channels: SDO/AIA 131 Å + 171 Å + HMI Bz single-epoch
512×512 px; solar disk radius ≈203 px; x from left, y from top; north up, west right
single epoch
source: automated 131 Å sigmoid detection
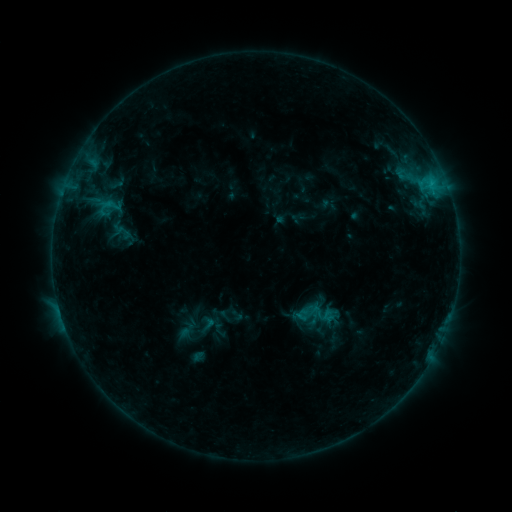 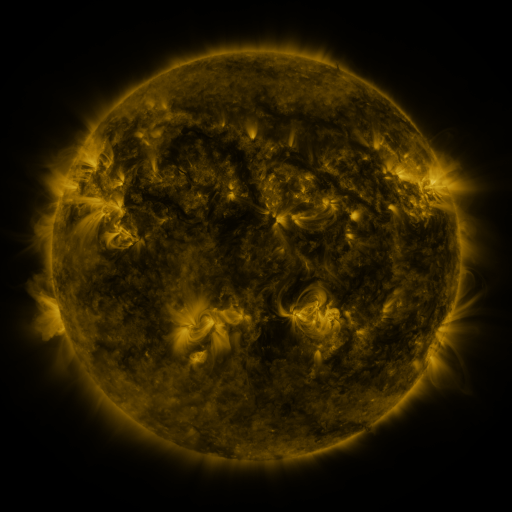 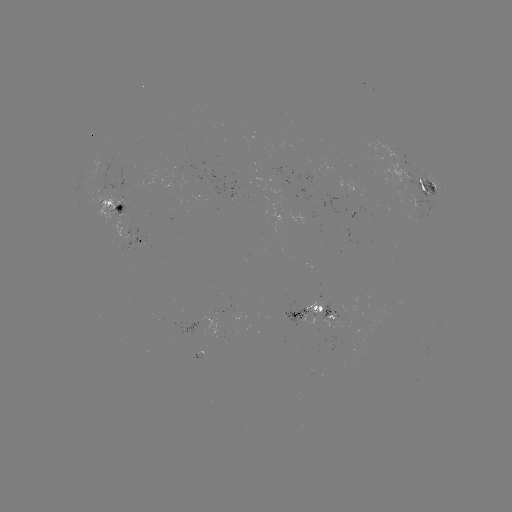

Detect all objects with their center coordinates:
sigmoid: (208, 324)
